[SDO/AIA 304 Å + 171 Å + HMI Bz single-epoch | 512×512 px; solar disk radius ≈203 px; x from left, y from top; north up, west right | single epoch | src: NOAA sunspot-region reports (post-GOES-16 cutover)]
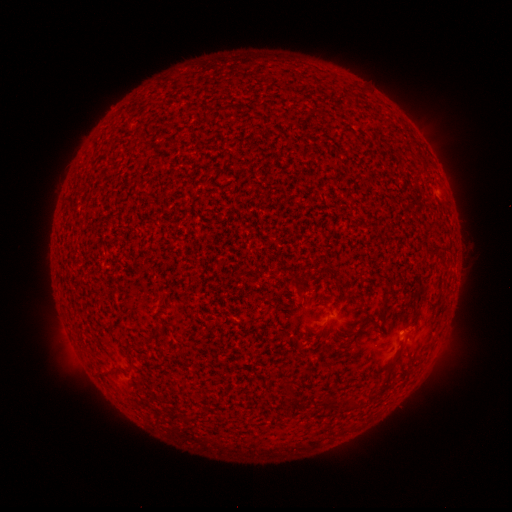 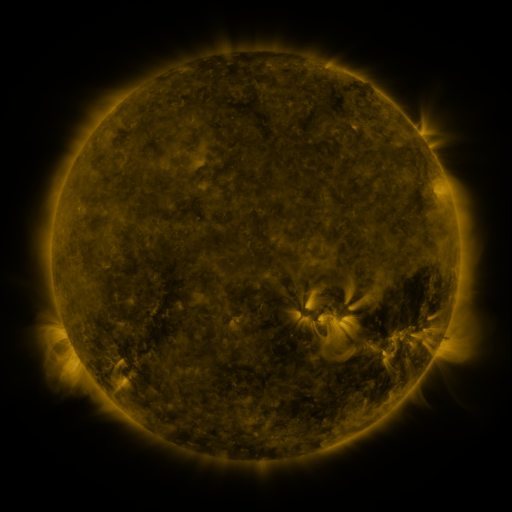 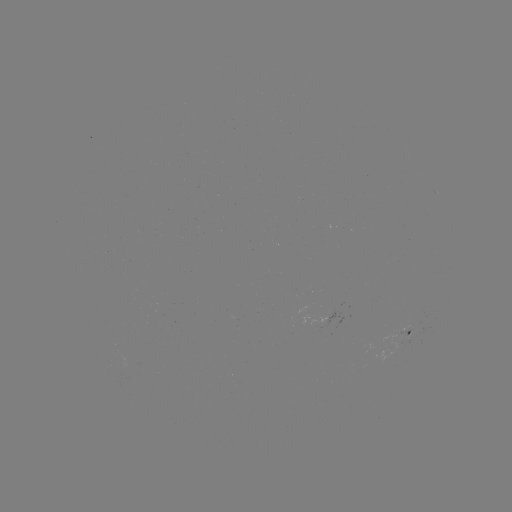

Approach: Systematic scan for spotted active region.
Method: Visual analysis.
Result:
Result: spotted active region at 410,331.